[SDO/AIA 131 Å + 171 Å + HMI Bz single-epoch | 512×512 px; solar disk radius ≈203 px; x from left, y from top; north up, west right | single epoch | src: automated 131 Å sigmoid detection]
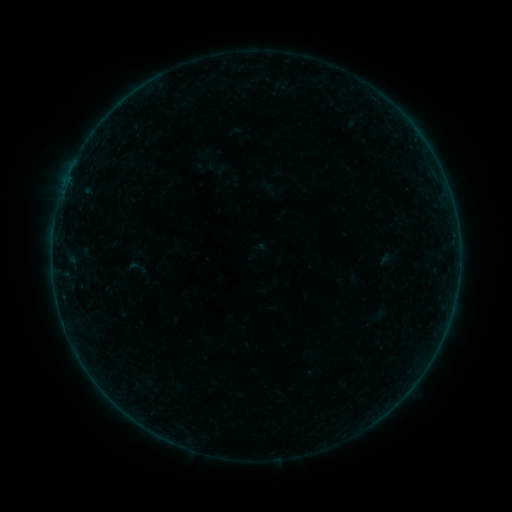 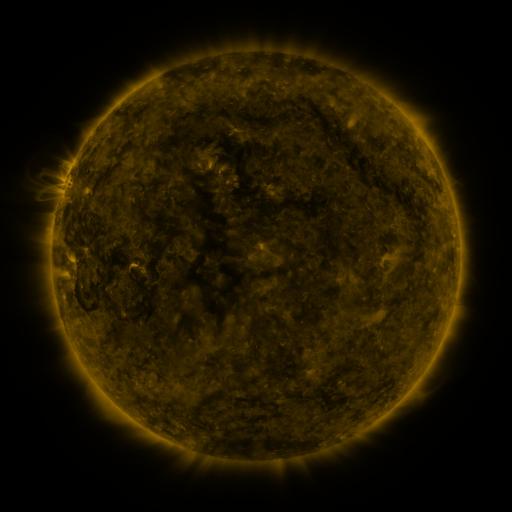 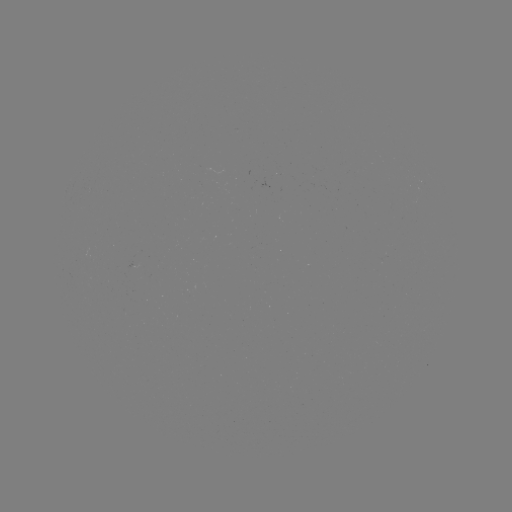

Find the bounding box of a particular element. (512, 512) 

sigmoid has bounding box [124, 257, 149, 278].